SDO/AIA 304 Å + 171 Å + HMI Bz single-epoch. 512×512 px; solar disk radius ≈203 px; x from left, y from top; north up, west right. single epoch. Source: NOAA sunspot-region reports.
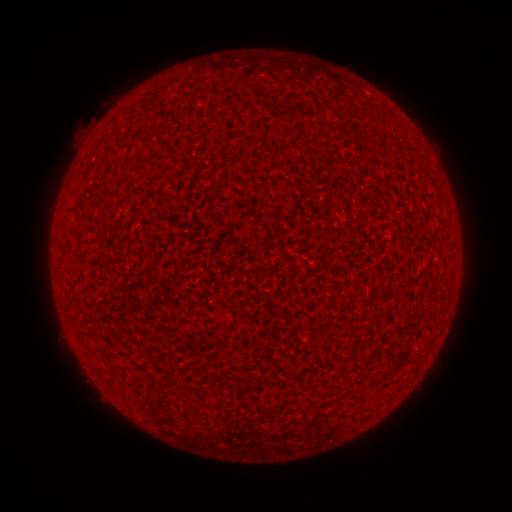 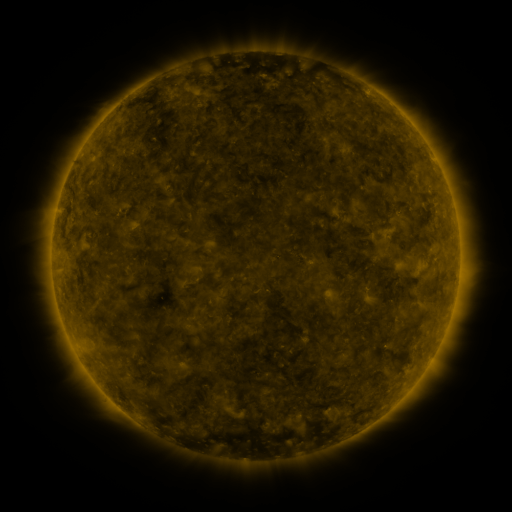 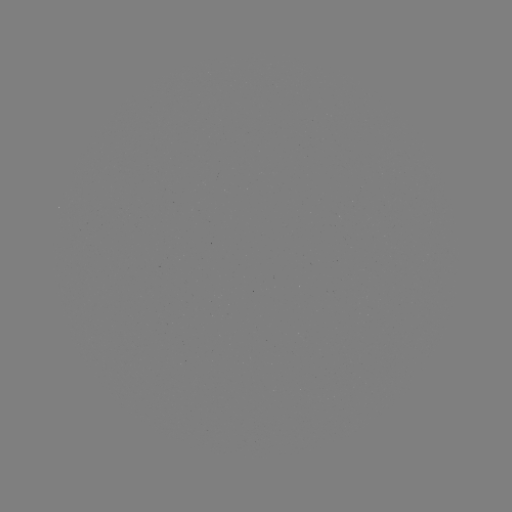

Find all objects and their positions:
(none)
